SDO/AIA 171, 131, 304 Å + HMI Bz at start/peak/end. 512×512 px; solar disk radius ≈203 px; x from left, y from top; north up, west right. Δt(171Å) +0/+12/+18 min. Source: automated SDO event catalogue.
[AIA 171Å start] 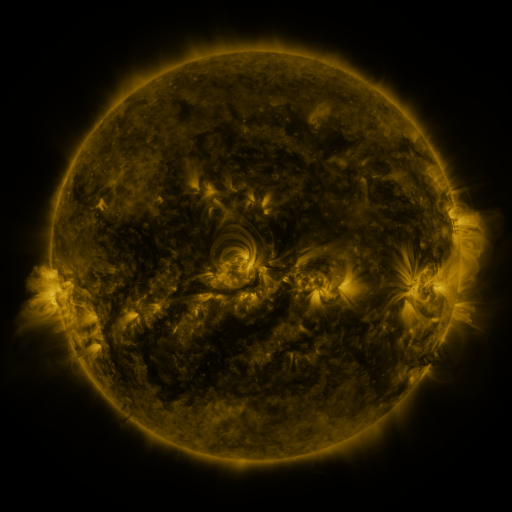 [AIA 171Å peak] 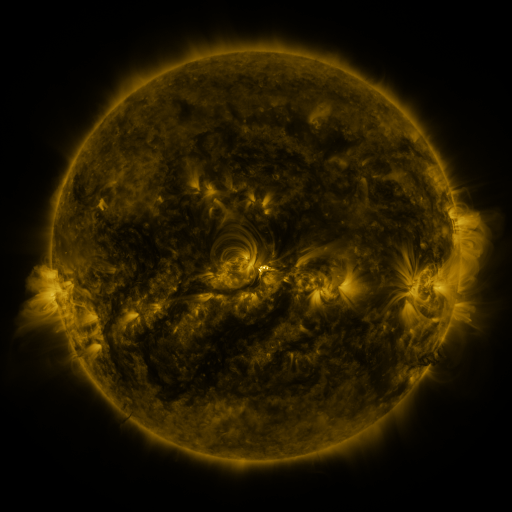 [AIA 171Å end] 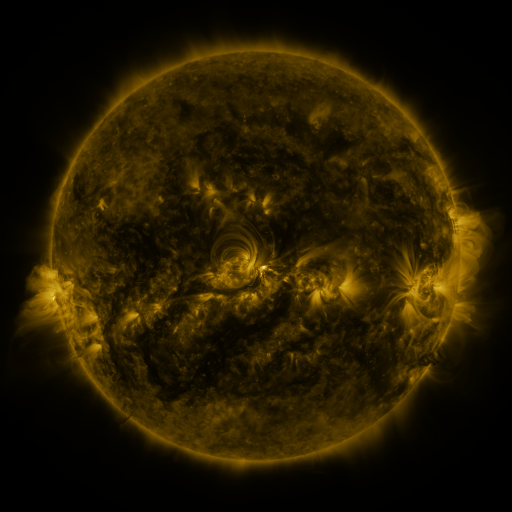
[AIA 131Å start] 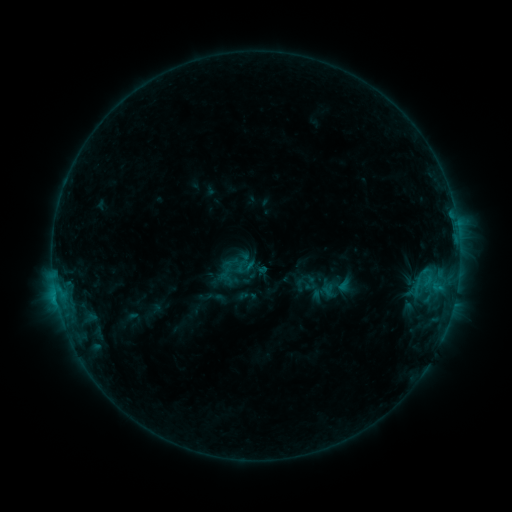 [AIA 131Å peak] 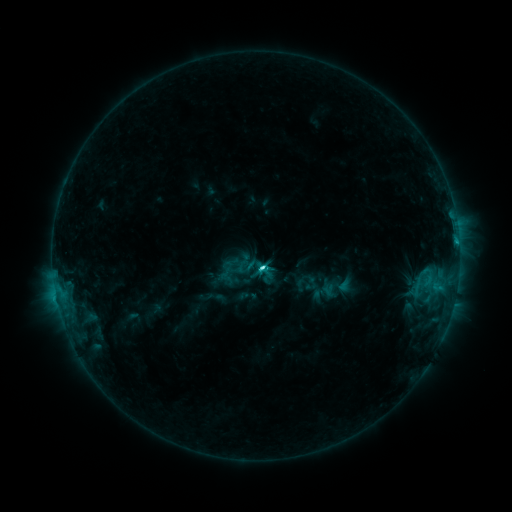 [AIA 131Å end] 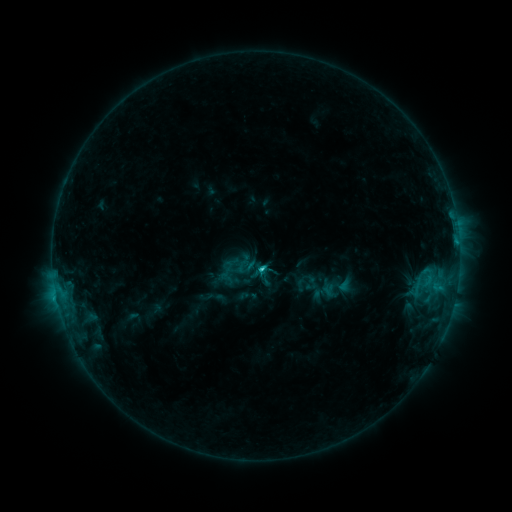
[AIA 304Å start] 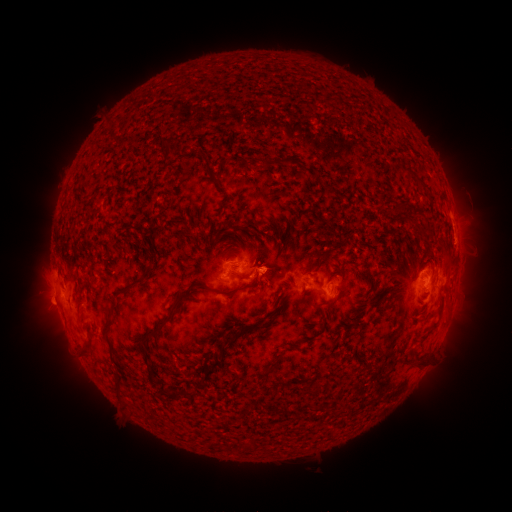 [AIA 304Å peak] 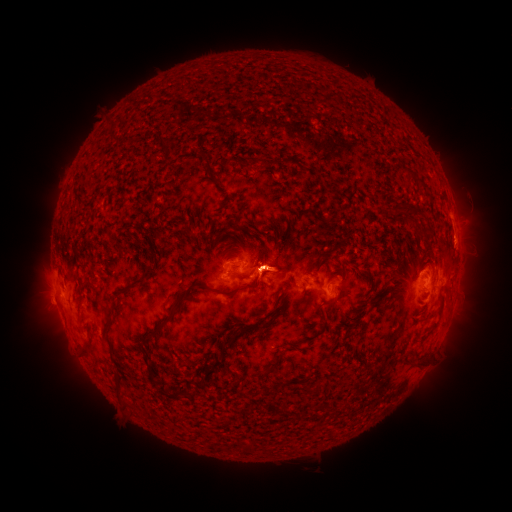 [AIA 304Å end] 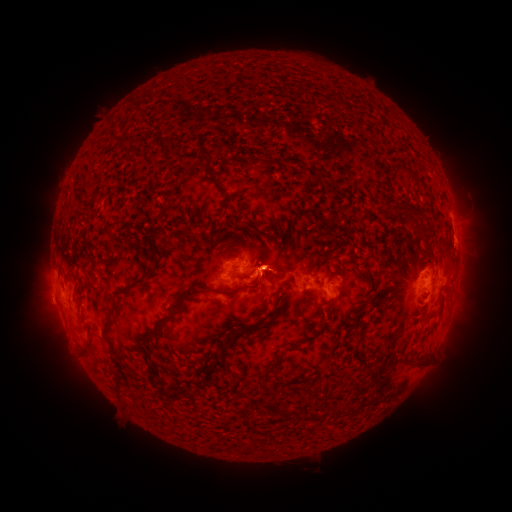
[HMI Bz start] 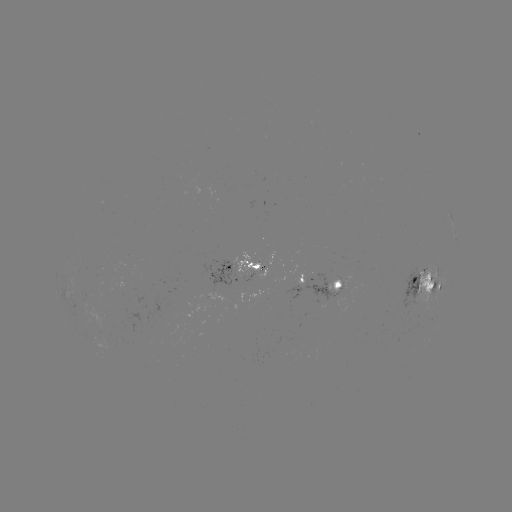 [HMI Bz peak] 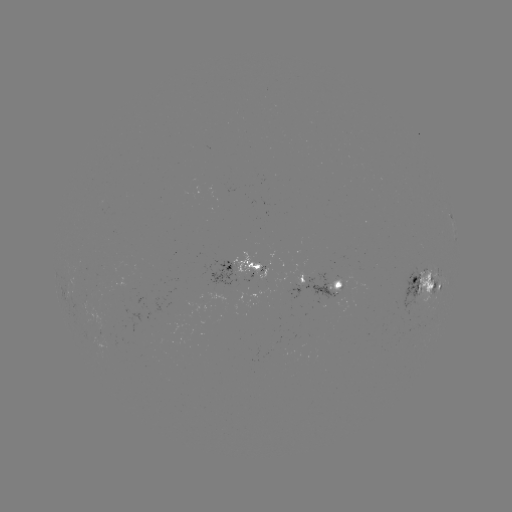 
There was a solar flare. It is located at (259, 267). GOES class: C3.4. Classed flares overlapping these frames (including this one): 1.